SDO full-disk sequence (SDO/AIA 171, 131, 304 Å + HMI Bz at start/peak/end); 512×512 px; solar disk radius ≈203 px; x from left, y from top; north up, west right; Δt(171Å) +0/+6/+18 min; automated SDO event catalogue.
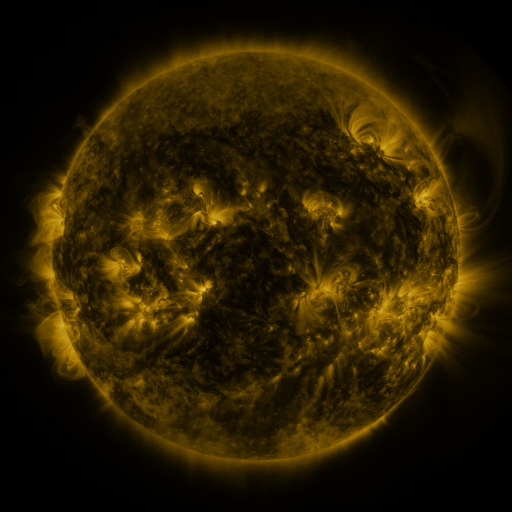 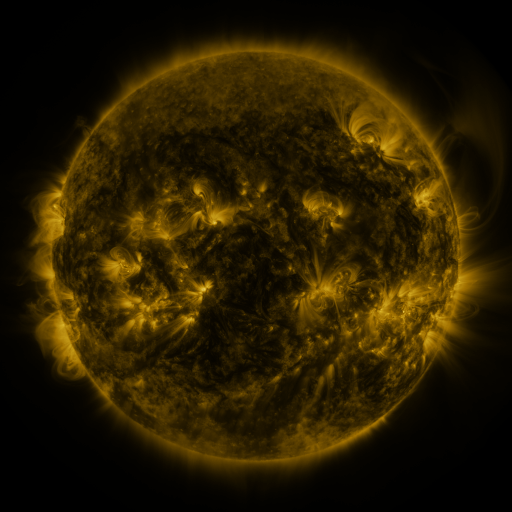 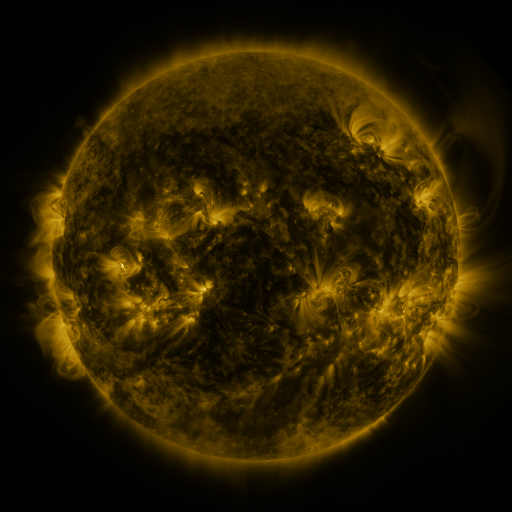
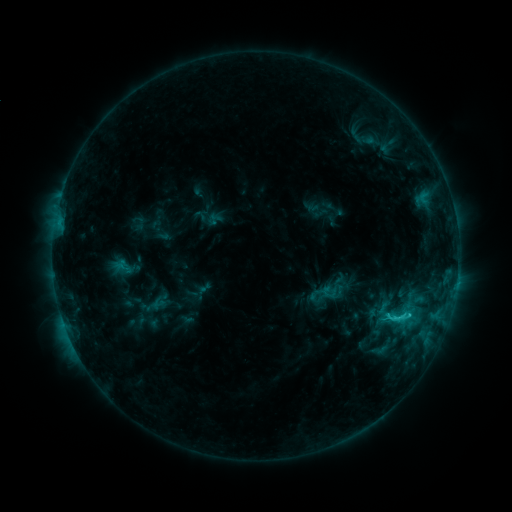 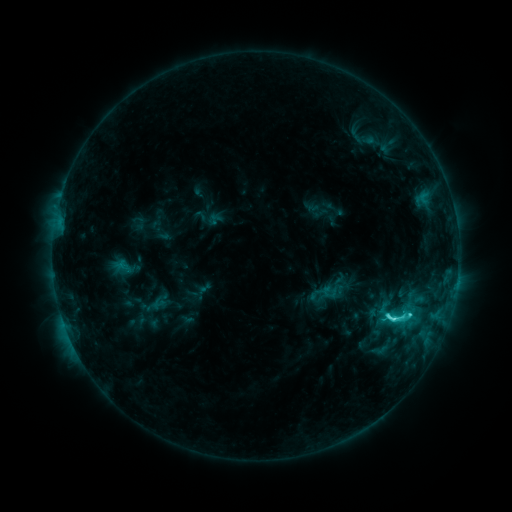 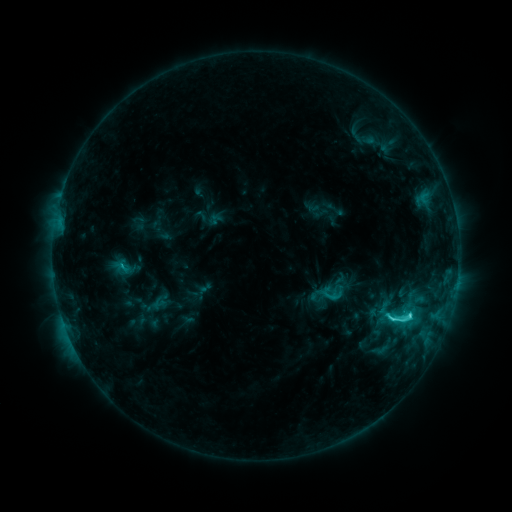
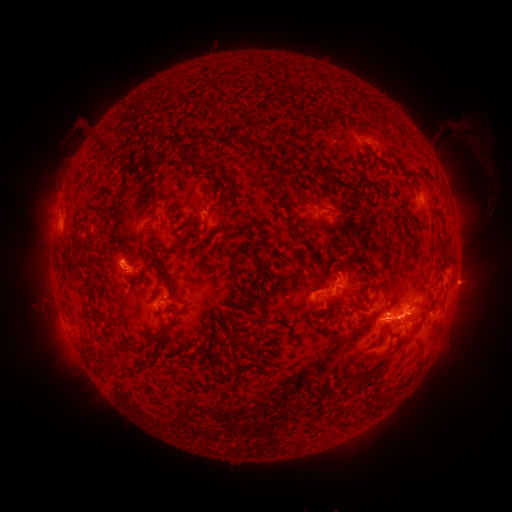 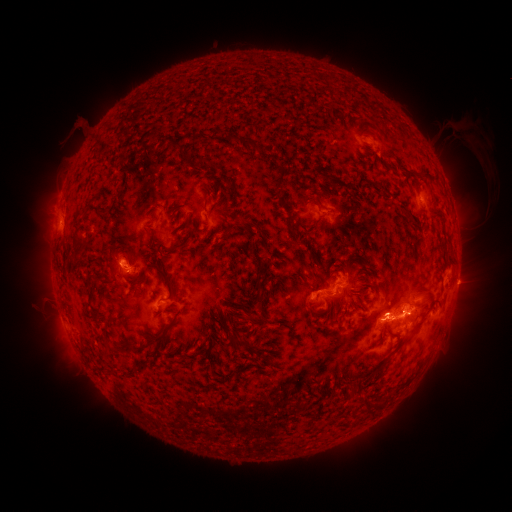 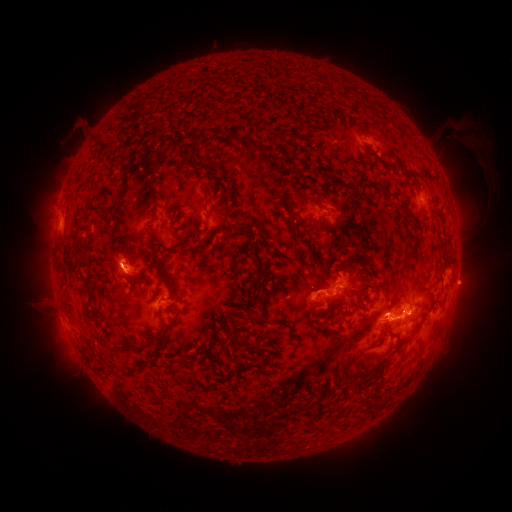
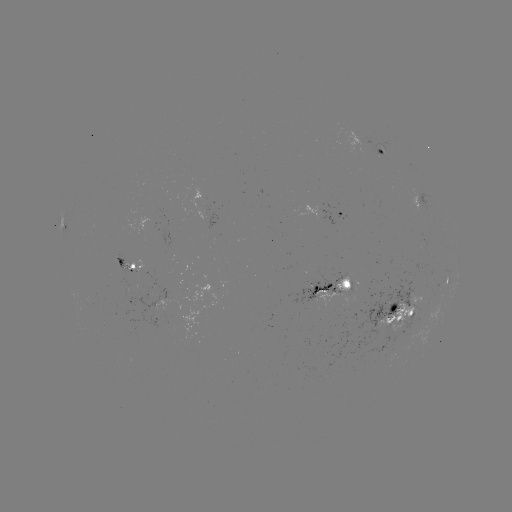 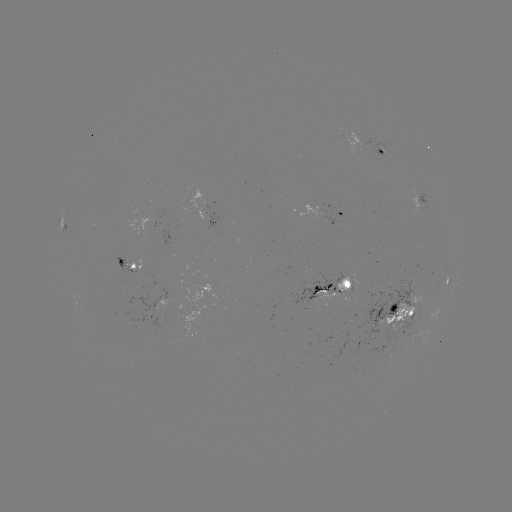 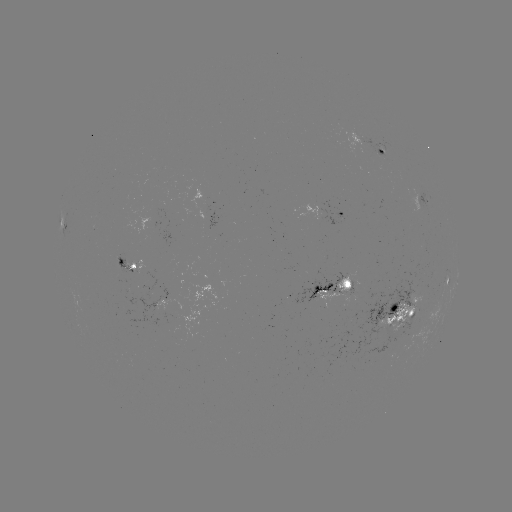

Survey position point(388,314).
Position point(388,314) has C5.4 flare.